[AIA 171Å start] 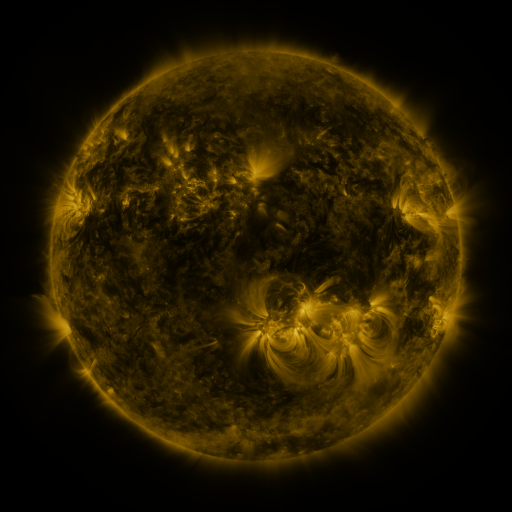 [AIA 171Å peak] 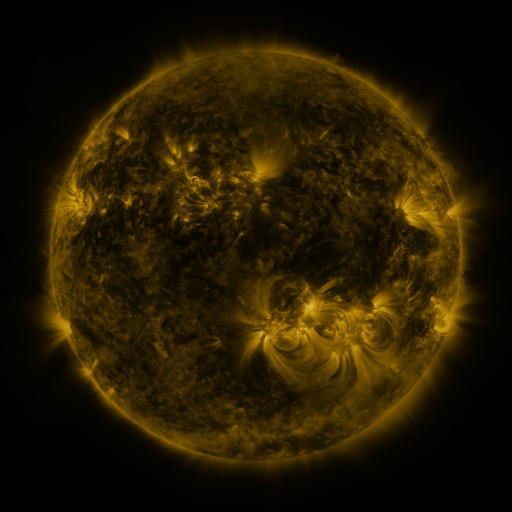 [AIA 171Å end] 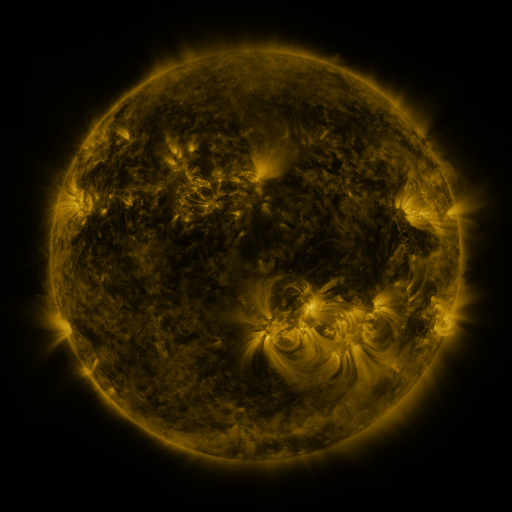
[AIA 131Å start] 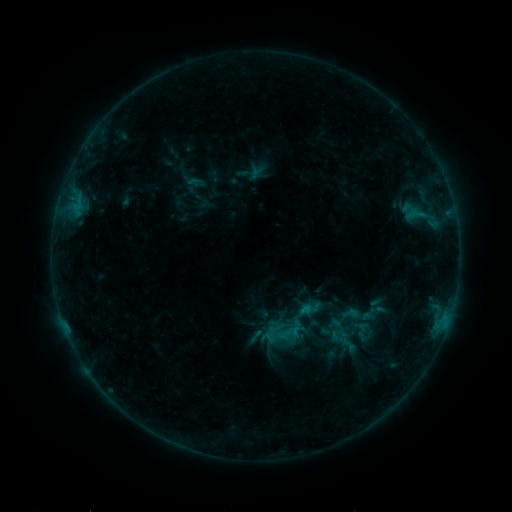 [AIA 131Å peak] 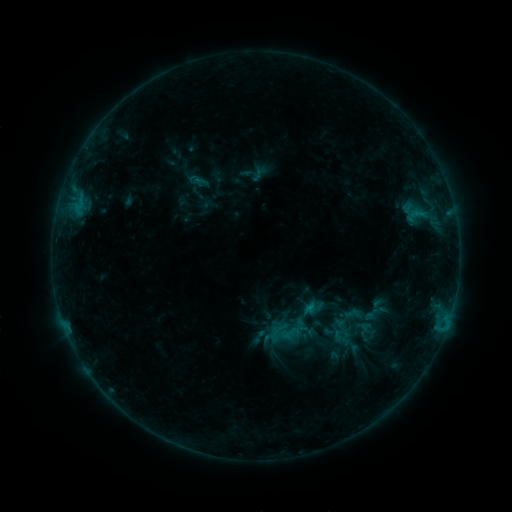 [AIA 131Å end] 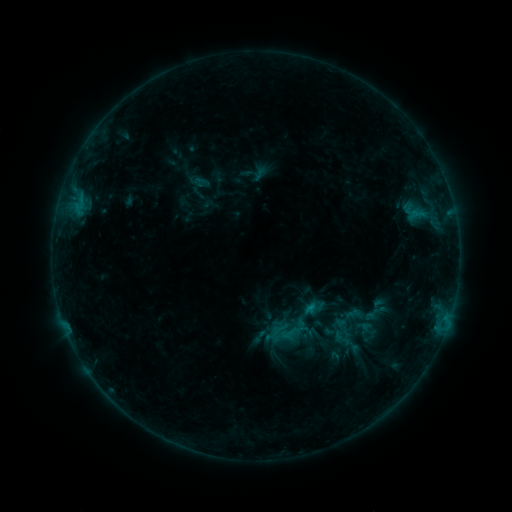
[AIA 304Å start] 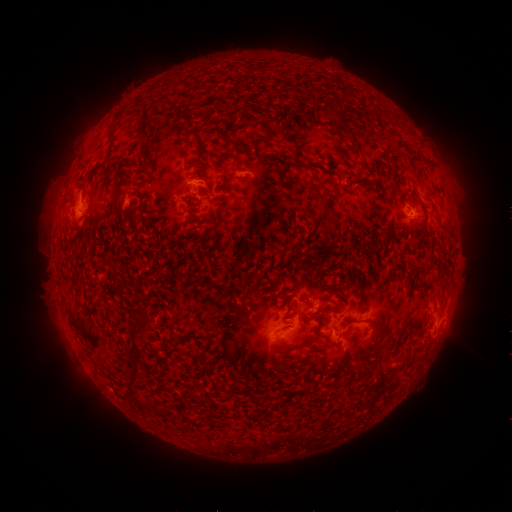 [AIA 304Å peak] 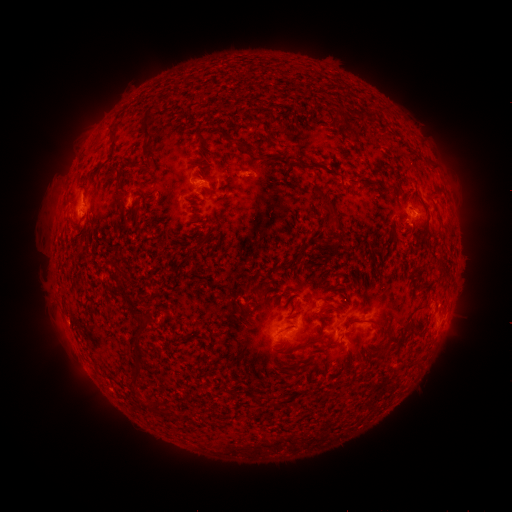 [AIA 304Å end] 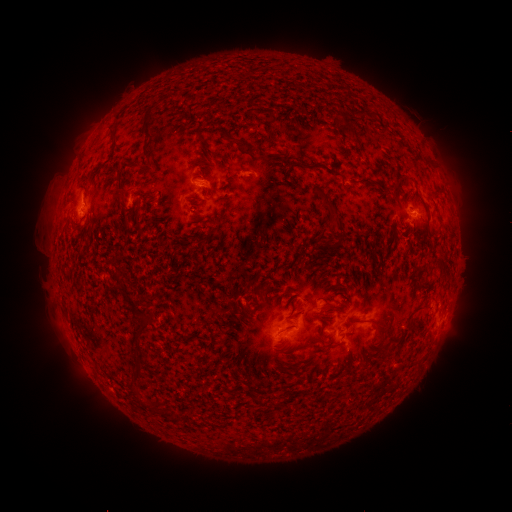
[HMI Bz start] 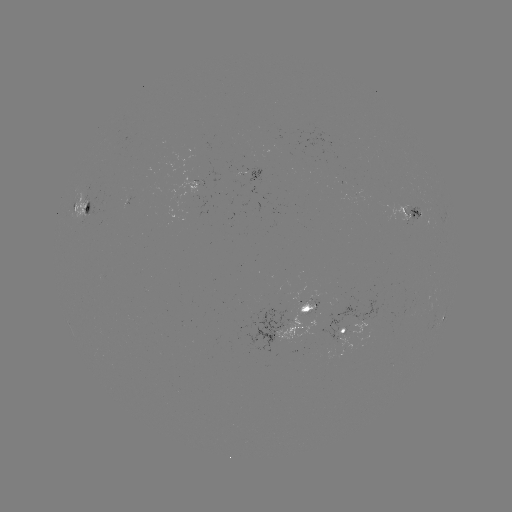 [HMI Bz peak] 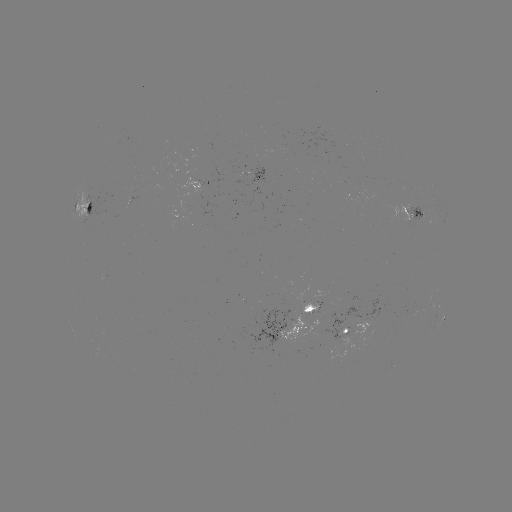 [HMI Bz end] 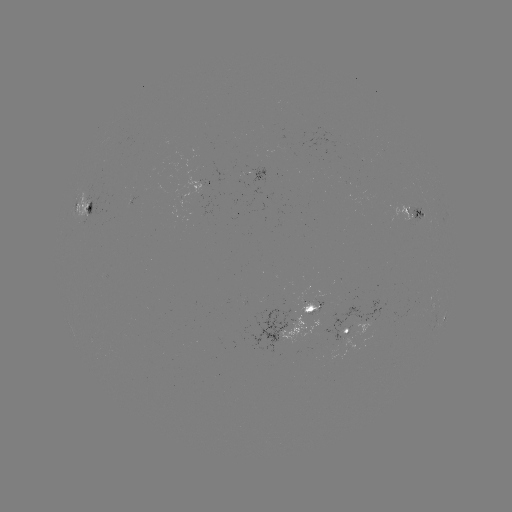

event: emerging-flux region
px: (305, 312)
